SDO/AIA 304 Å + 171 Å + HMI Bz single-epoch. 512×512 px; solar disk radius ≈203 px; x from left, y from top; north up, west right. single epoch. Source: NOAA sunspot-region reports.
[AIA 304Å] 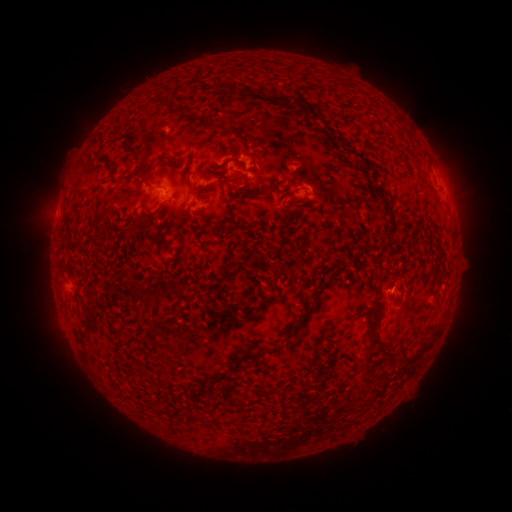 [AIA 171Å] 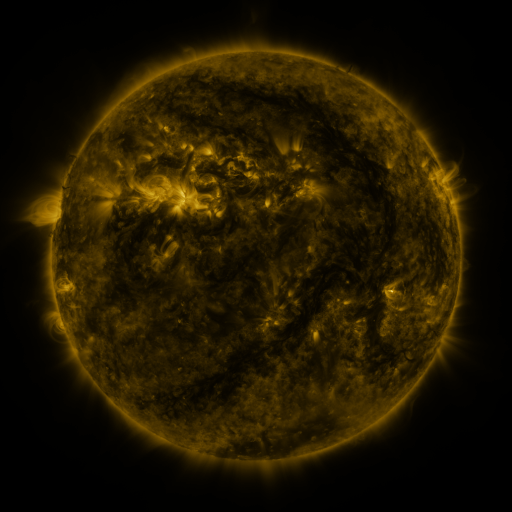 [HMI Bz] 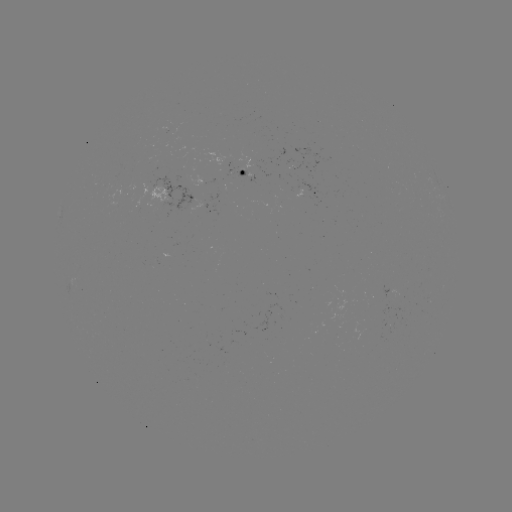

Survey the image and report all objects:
spotted active region: (312, 170)
spotted active region: (245, 172)
spotted active region: (307, 193)
